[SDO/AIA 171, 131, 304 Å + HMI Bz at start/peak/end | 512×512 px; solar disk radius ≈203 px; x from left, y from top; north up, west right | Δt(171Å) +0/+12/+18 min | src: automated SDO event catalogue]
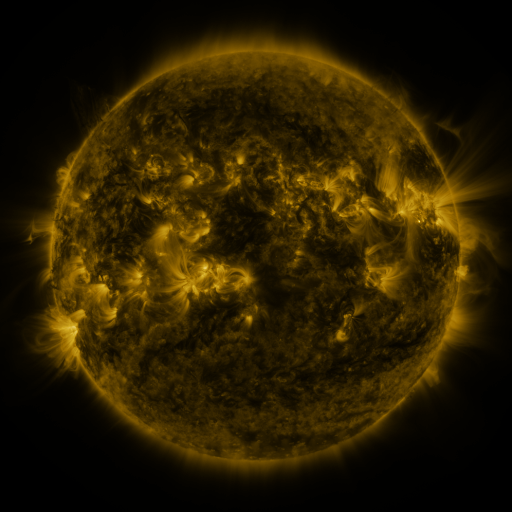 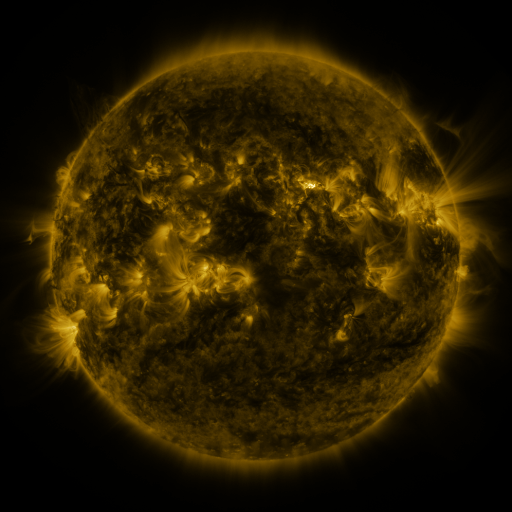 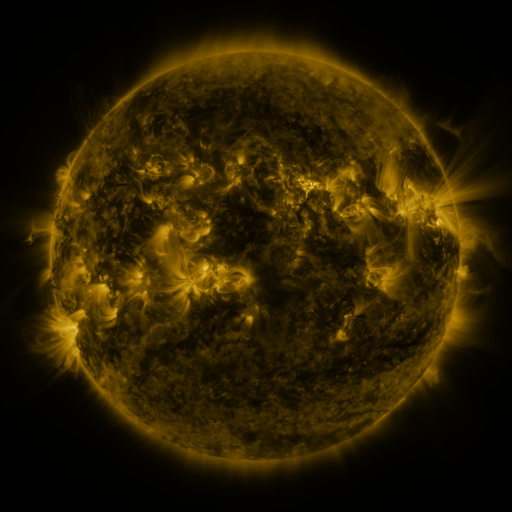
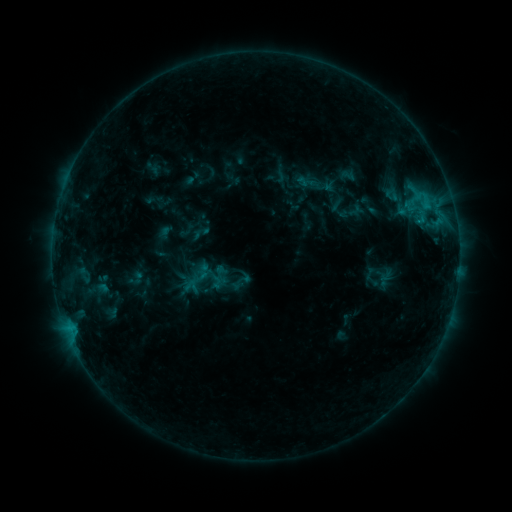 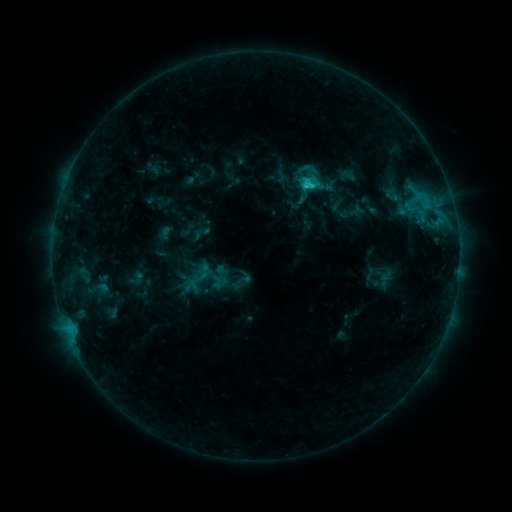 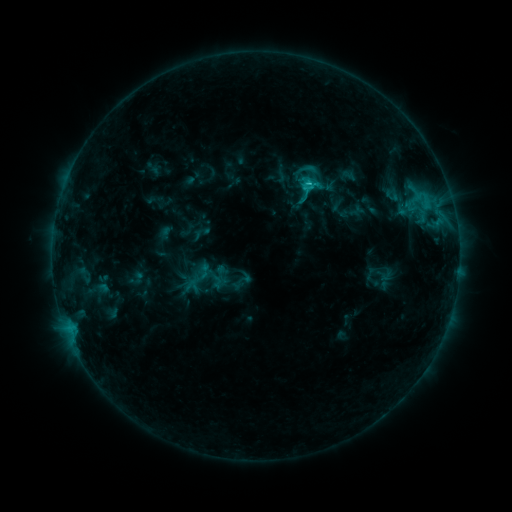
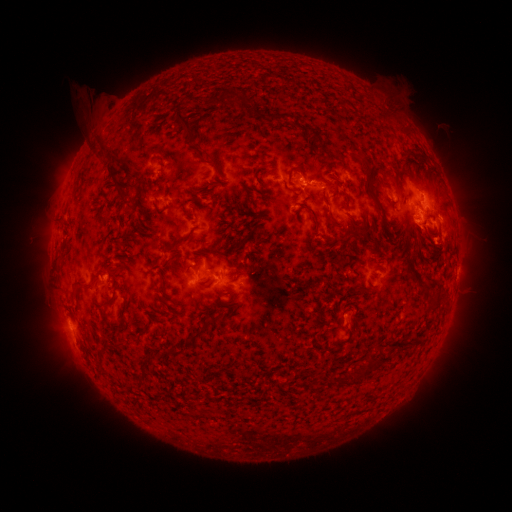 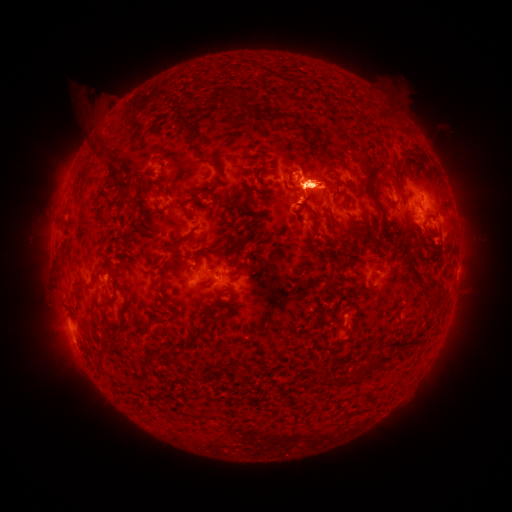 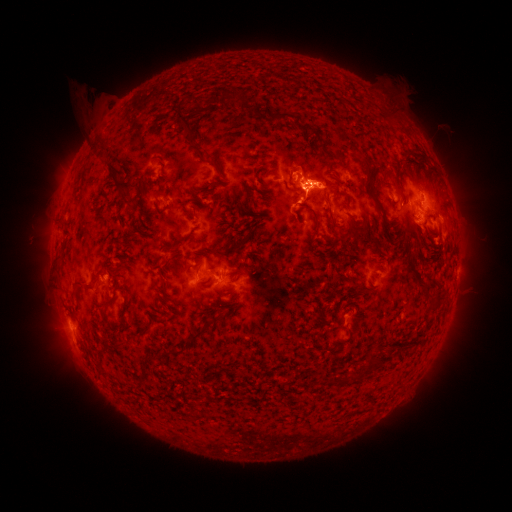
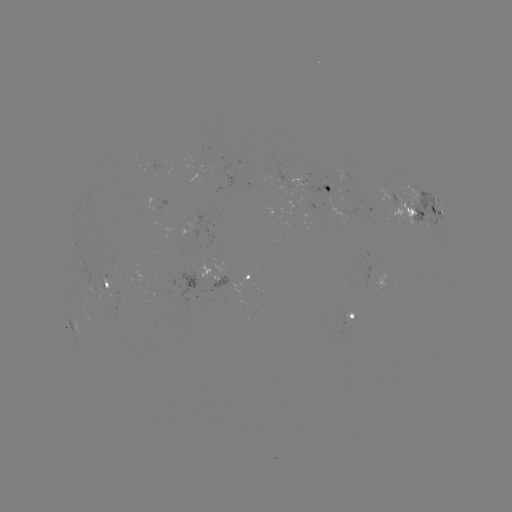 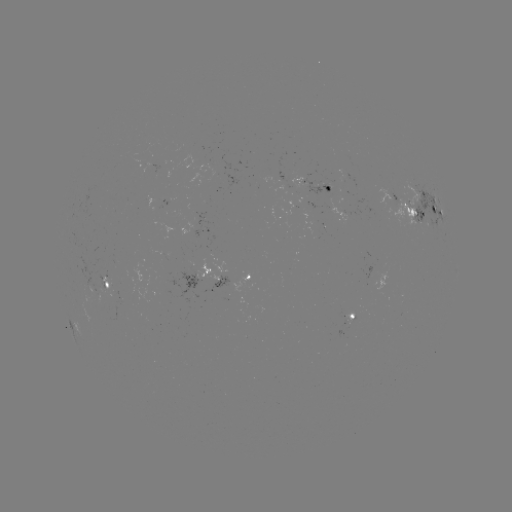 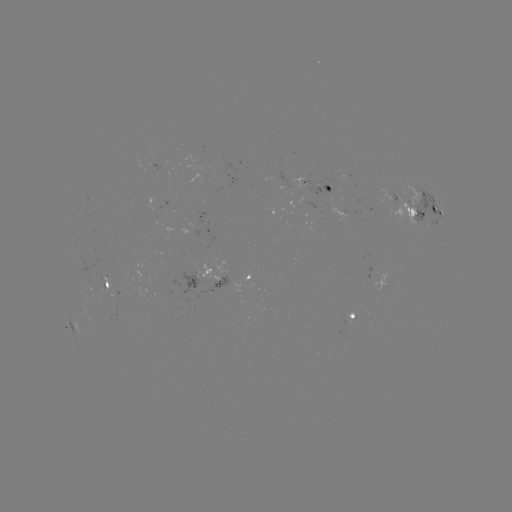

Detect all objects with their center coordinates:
C2.0 flare: (306, 184)
